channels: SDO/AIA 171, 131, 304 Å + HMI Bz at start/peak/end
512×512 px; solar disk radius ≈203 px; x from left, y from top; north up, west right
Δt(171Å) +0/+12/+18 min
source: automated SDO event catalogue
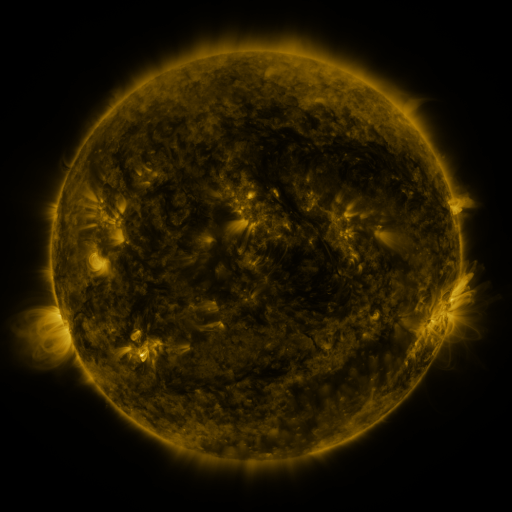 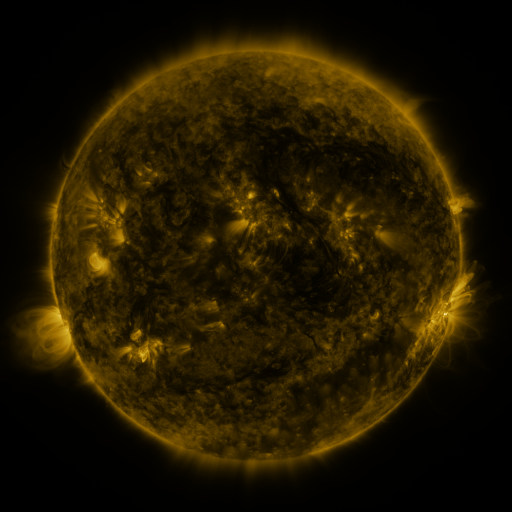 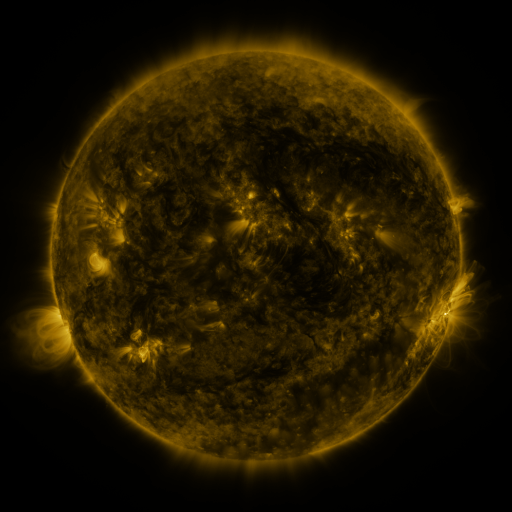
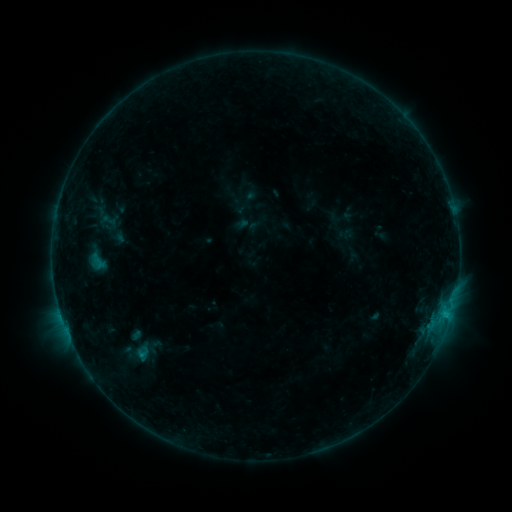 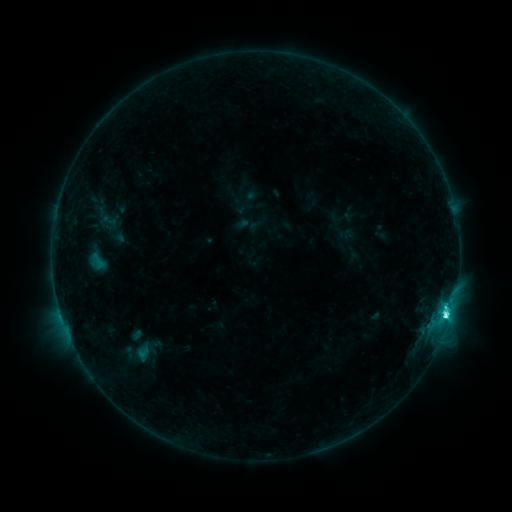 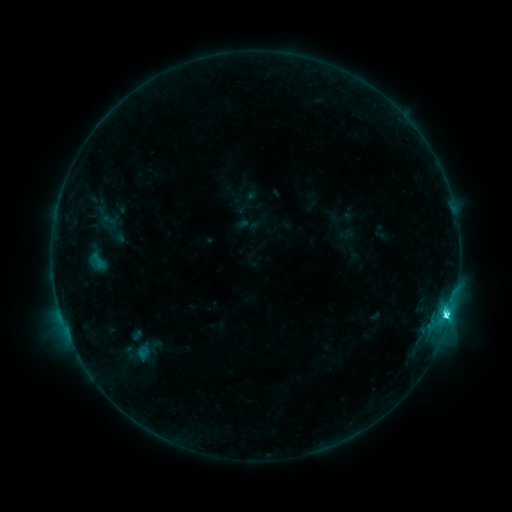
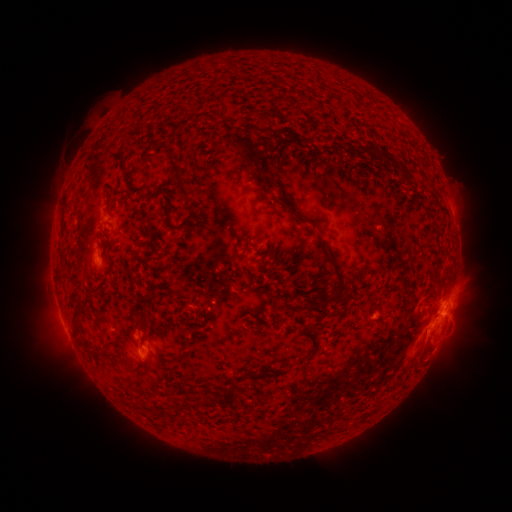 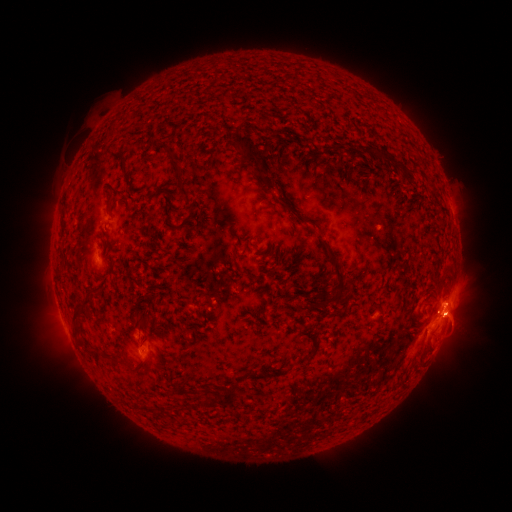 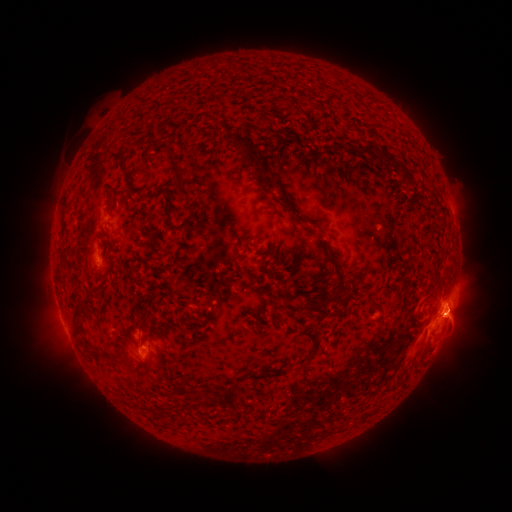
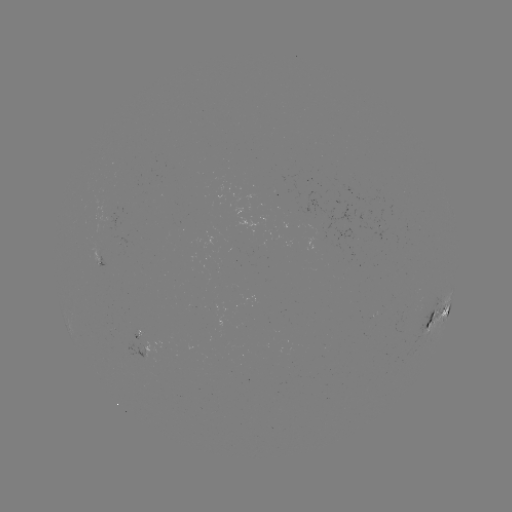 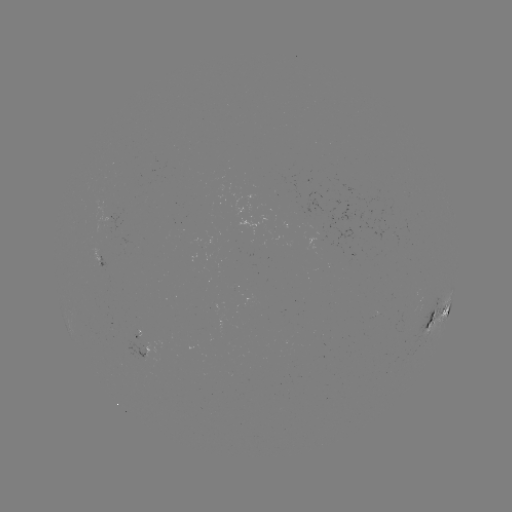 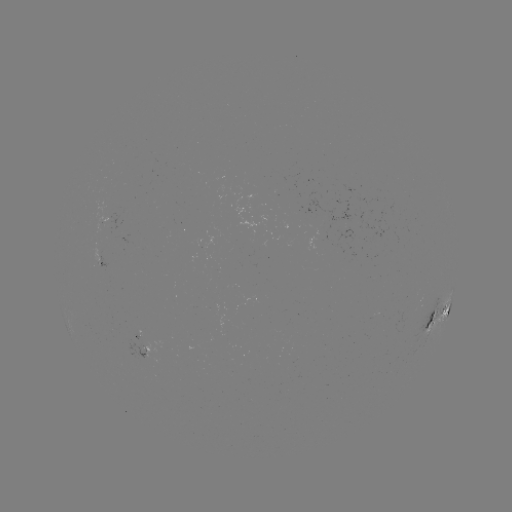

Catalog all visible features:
C4.8 flare: (444, 314)
